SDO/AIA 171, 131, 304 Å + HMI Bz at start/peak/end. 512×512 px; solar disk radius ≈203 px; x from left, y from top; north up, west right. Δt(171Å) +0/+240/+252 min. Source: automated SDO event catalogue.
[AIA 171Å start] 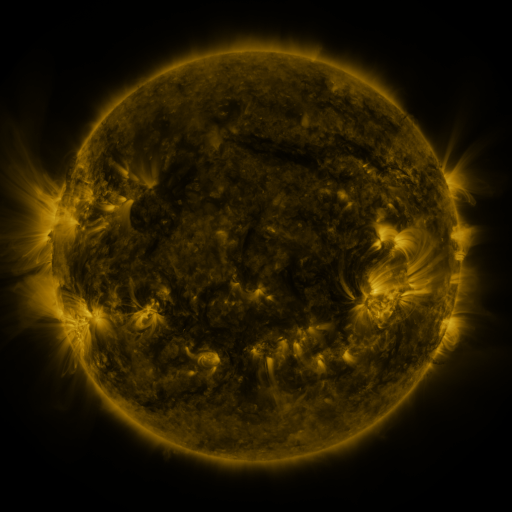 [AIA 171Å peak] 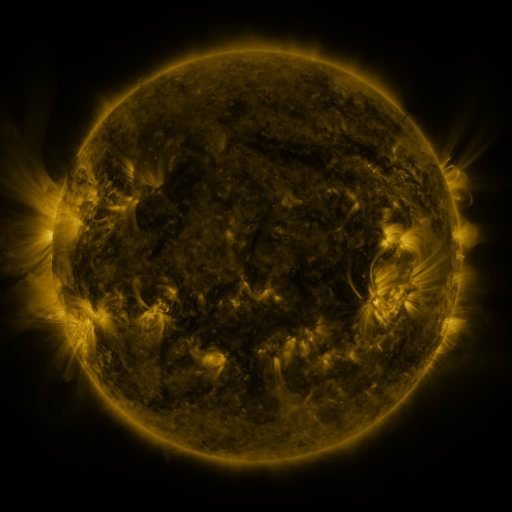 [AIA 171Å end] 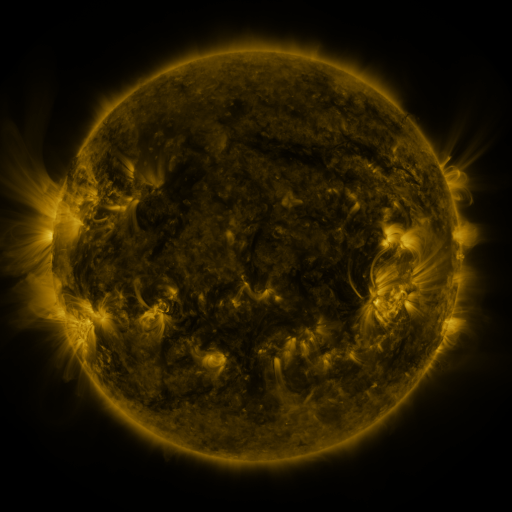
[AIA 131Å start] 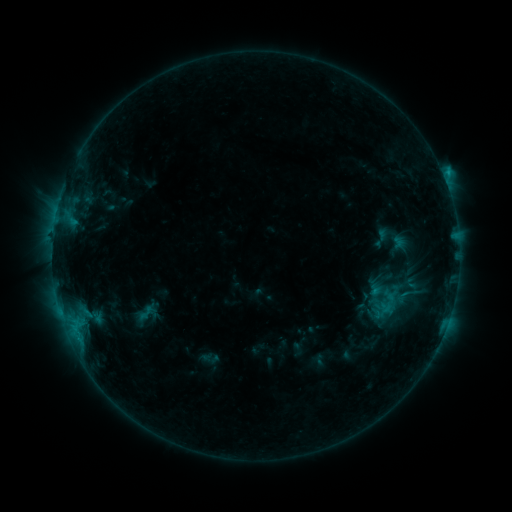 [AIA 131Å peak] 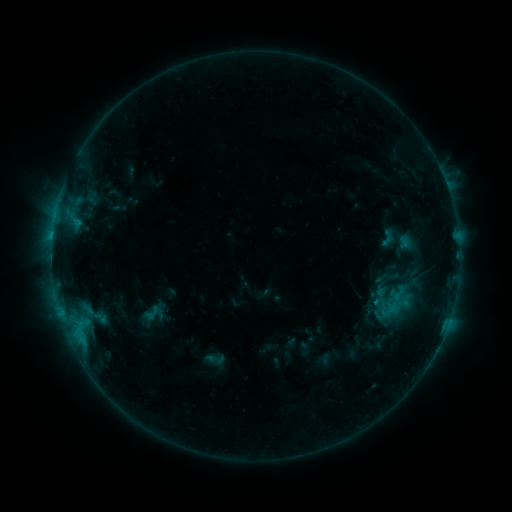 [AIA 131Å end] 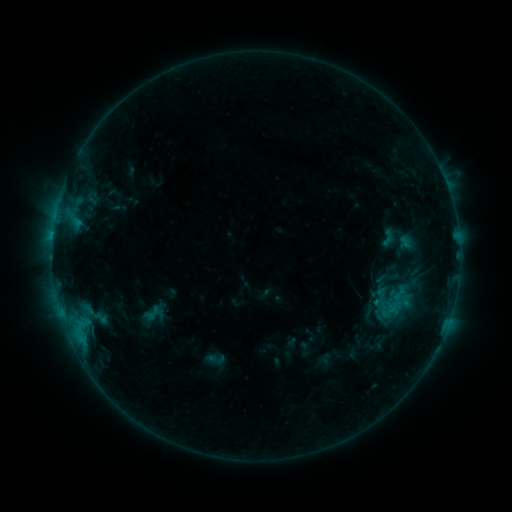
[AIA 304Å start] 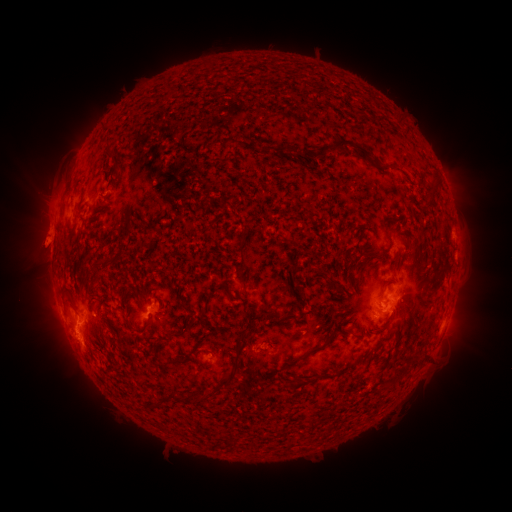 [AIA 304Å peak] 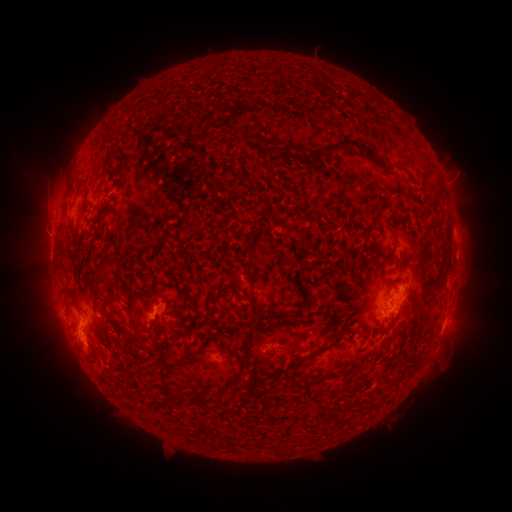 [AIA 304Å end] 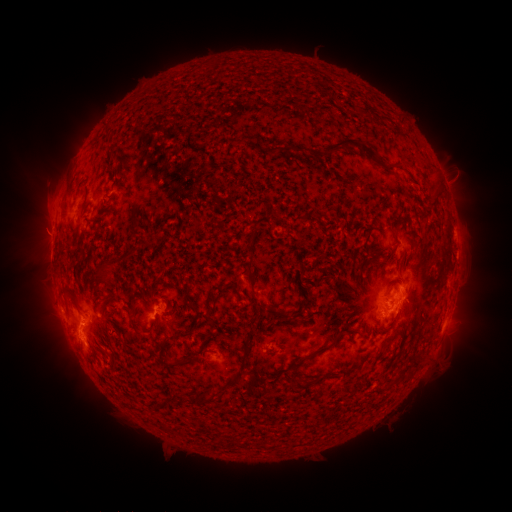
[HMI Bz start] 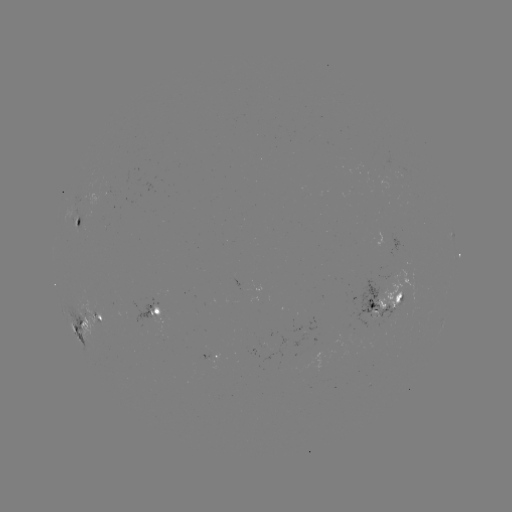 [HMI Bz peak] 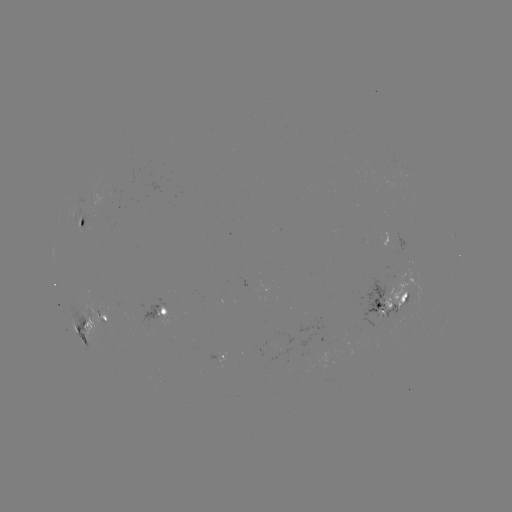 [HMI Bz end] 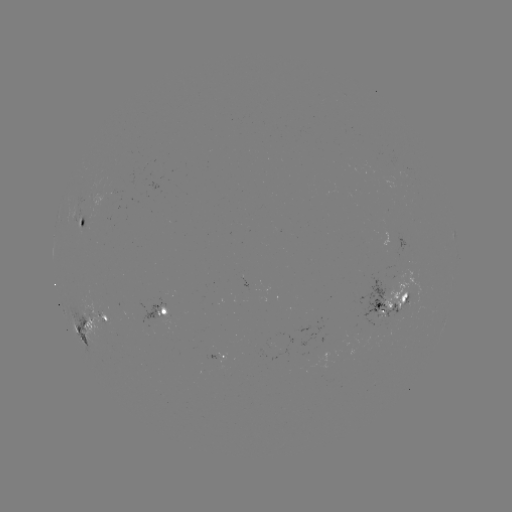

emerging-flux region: [207, 352, 219, 360]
